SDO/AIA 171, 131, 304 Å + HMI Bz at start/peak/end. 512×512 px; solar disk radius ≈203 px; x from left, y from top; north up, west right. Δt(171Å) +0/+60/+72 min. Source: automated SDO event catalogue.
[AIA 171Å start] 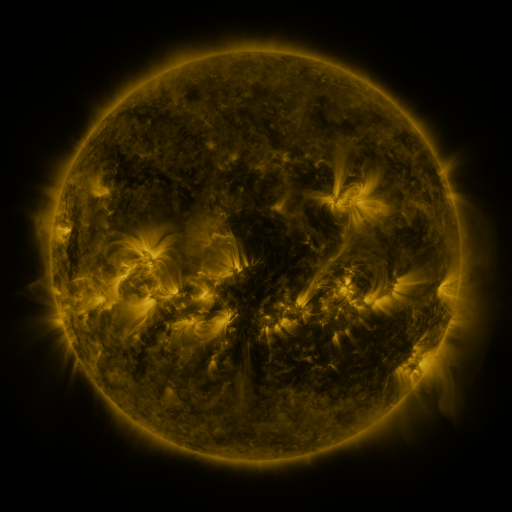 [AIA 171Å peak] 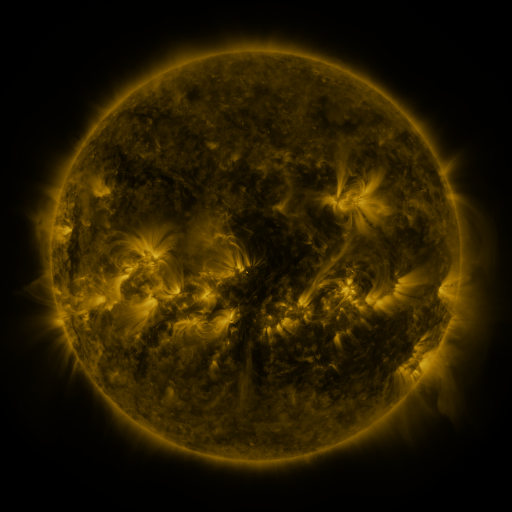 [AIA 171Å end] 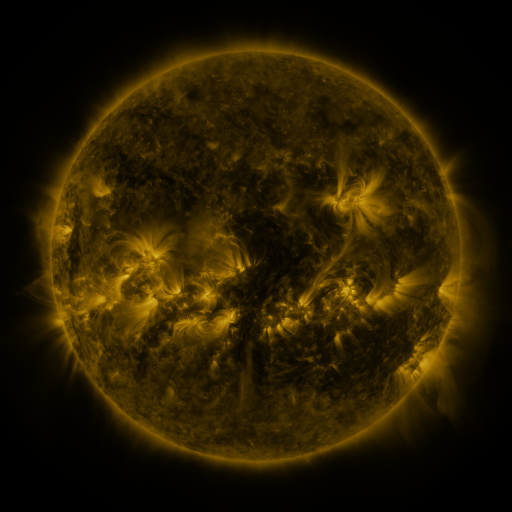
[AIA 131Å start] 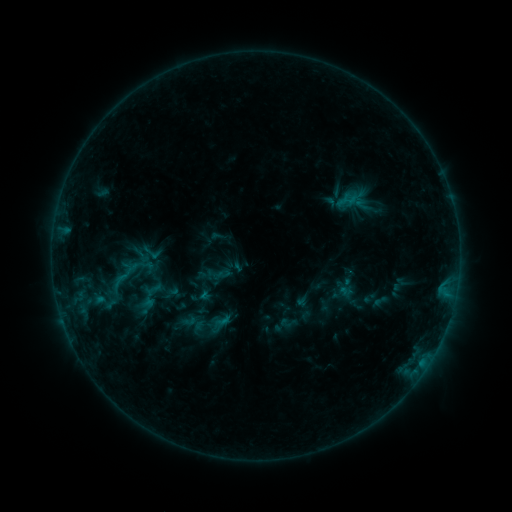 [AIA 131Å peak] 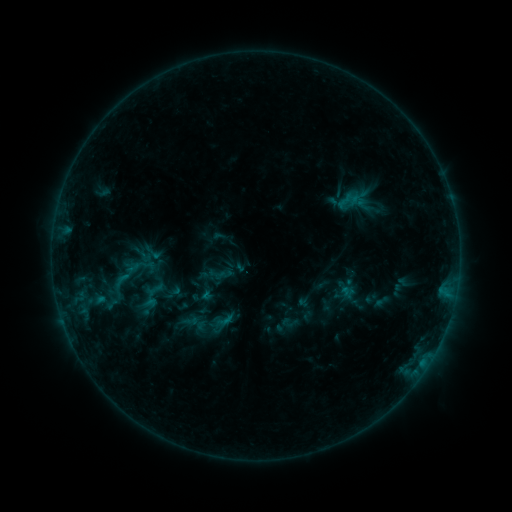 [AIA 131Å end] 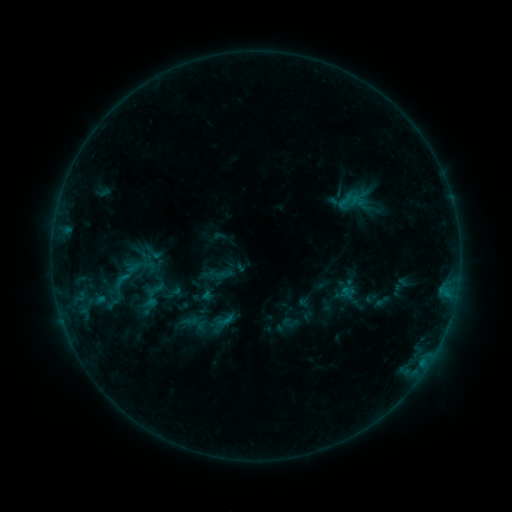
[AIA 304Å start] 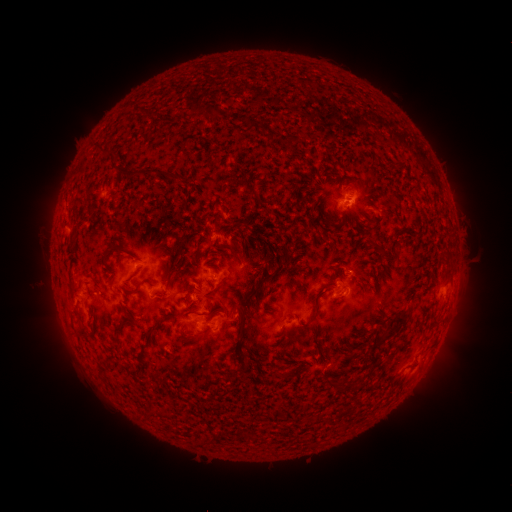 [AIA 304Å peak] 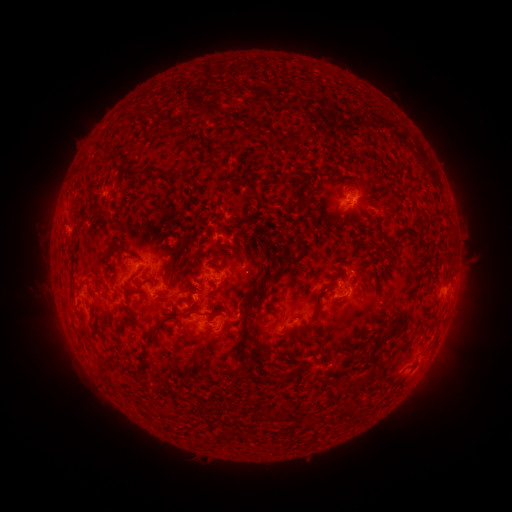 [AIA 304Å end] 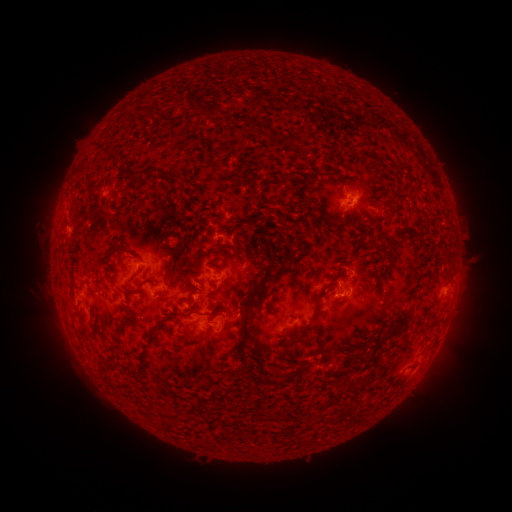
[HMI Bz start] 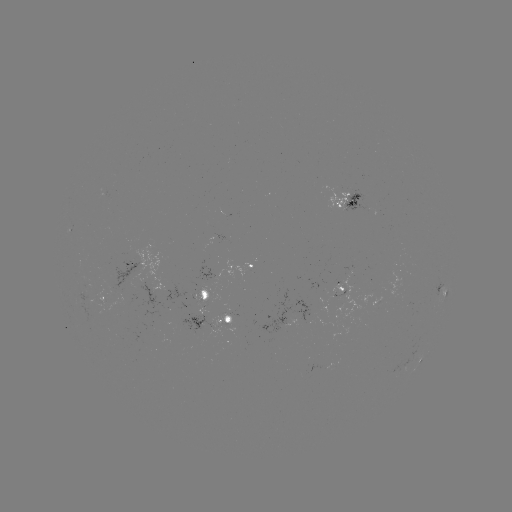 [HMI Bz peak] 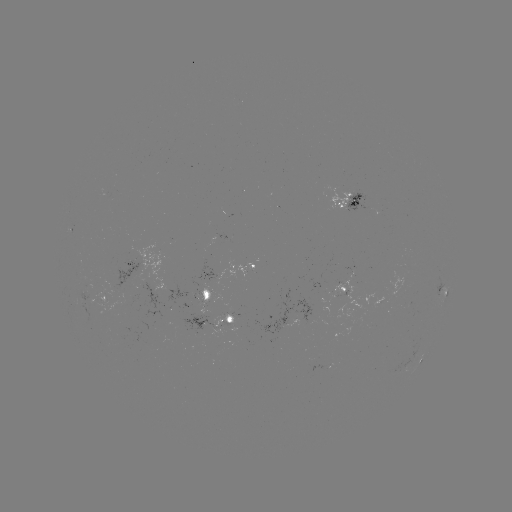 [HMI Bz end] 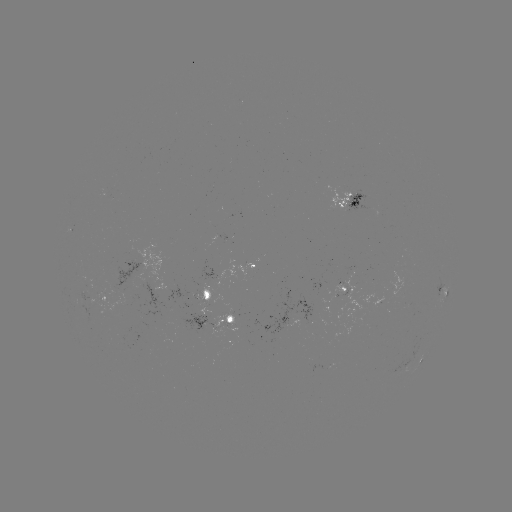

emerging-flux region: (81, 294, 94, 304)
